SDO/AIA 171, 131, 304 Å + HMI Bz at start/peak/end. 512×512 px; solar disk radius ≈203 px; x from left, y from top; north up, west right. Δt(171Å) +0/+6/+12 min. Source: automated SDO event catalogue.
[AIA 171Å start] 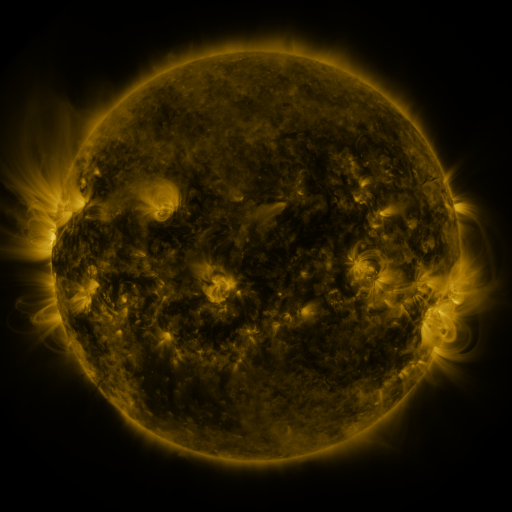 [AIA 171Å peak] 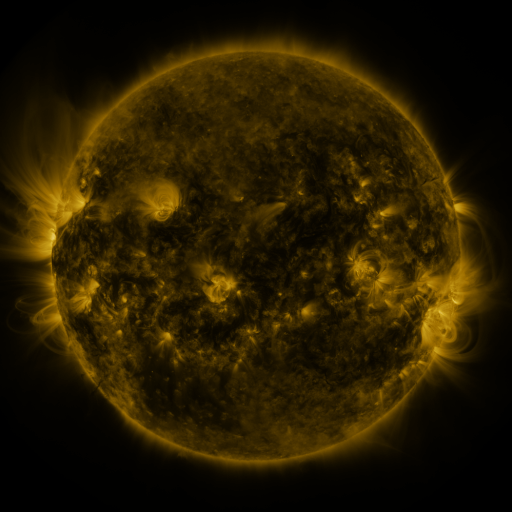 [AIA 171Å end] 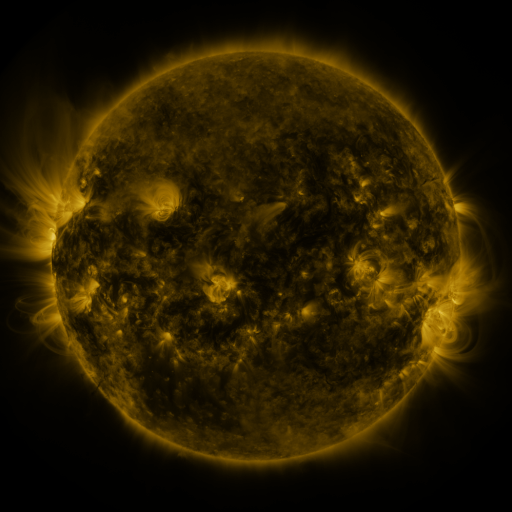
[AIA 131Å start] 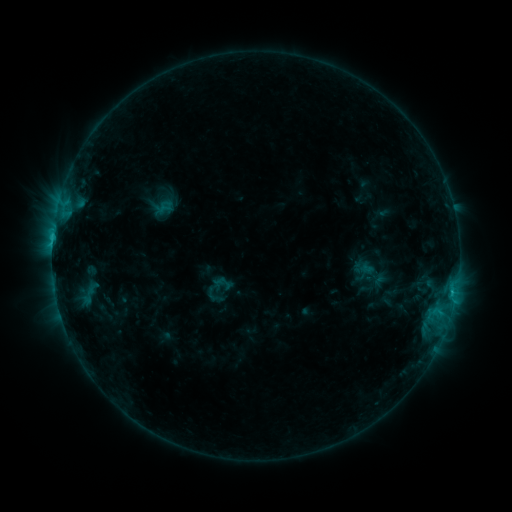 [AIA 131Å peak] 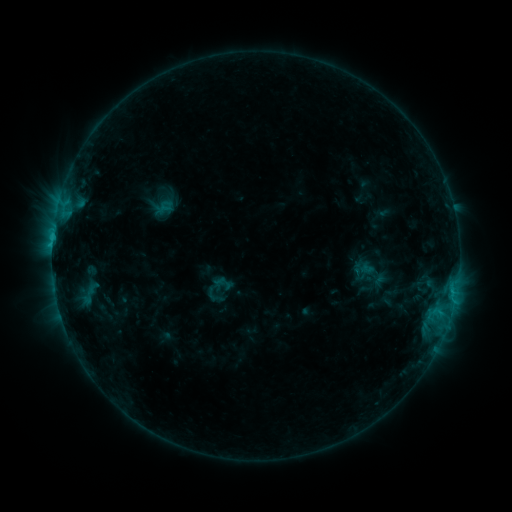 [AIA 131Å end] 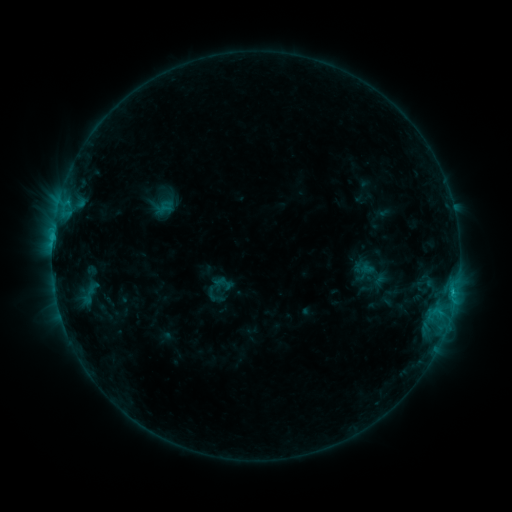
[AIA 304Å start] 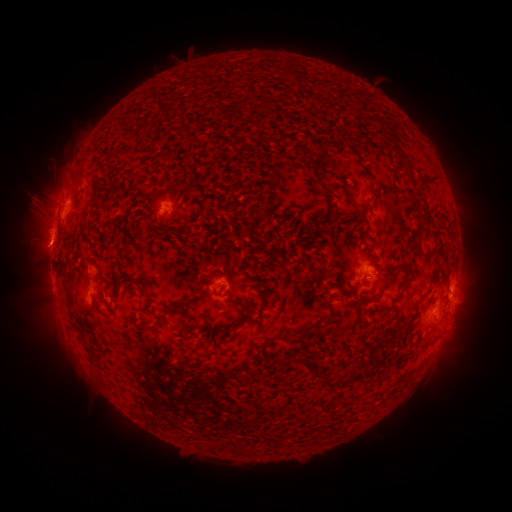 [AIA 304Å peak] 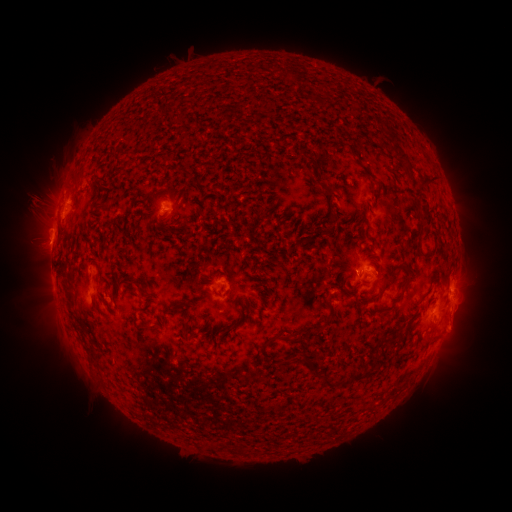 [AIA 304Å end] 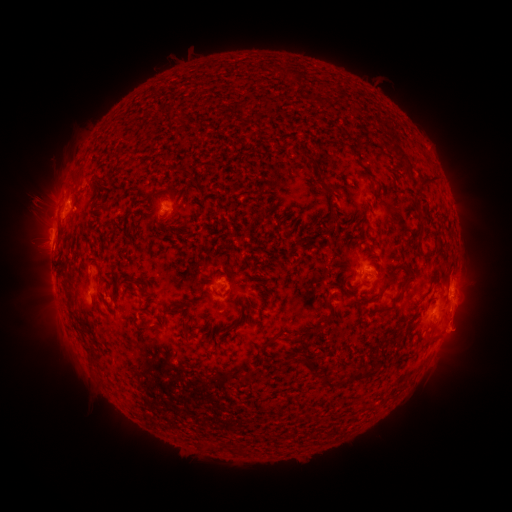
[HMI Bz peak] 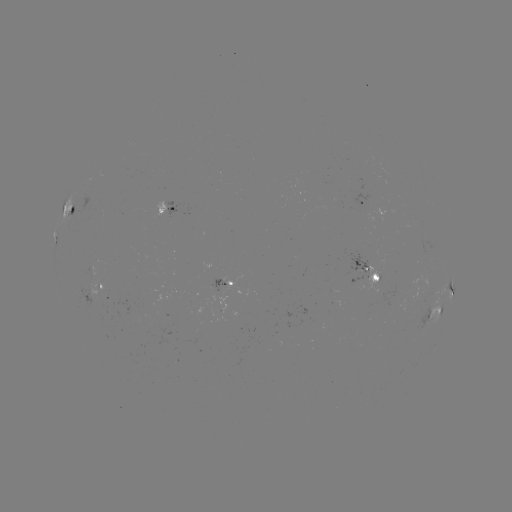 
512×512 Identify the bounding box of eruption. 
[437, 304, 483, 350].